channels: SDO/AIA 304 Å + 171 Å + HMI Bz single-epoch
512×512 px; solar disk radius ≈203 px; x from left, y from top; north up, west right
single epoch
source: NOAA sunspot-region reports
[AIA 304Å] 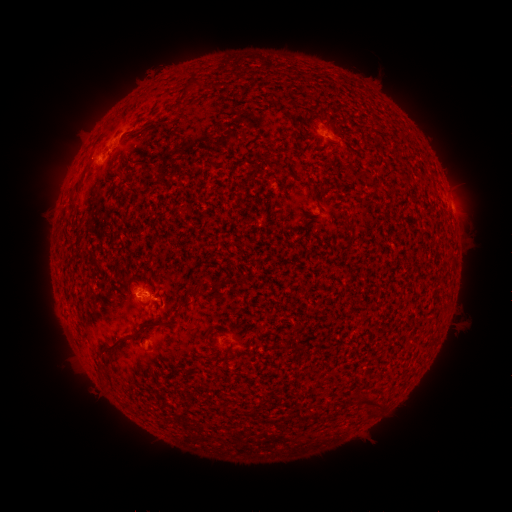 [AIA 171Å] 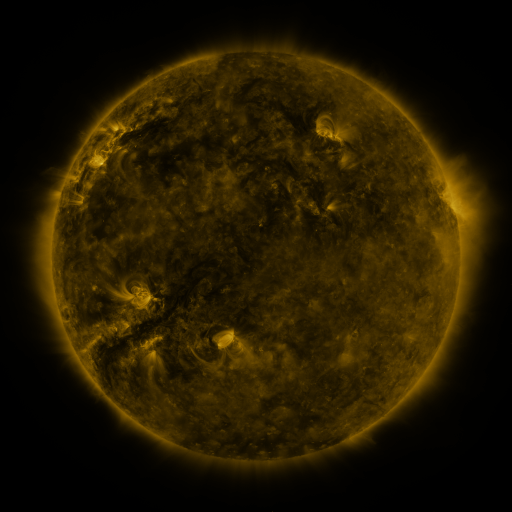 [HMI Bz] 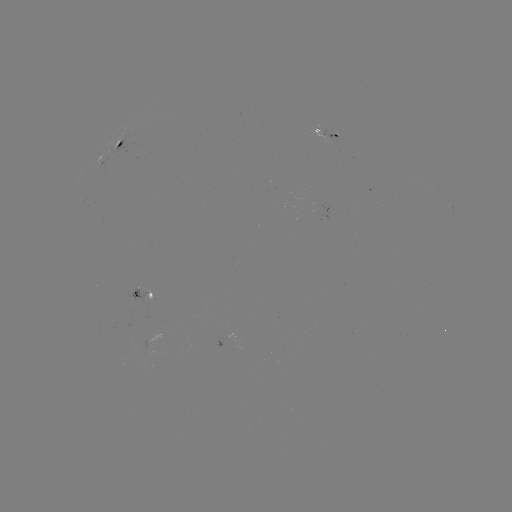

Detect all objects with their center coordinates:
spotted active region: (326, 130)
spotted active region: (119, 142)
spotted active region: (448, 195)
spotted active region: (148, 296)
spotted active region: (246, 348)
